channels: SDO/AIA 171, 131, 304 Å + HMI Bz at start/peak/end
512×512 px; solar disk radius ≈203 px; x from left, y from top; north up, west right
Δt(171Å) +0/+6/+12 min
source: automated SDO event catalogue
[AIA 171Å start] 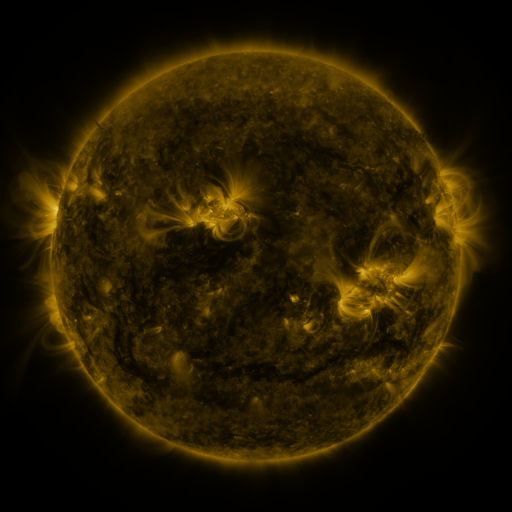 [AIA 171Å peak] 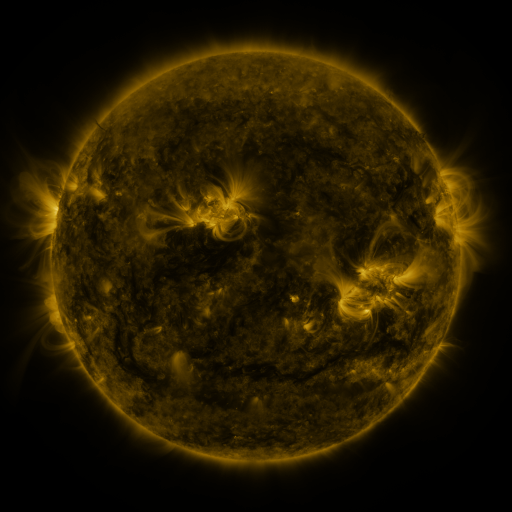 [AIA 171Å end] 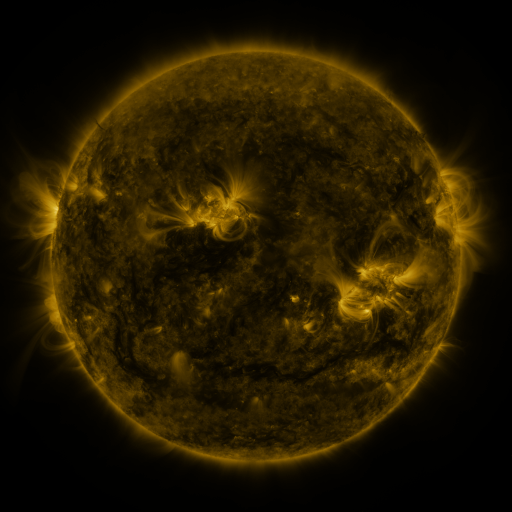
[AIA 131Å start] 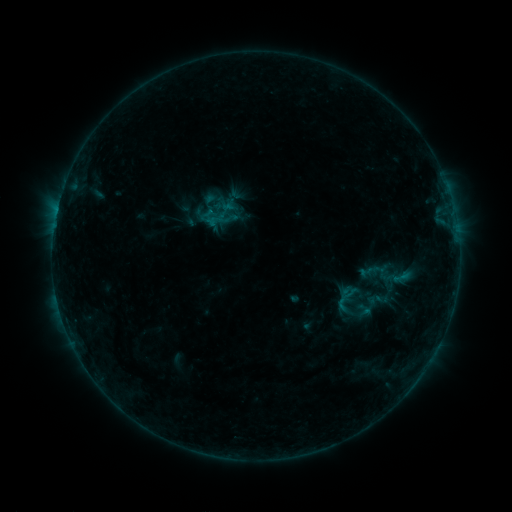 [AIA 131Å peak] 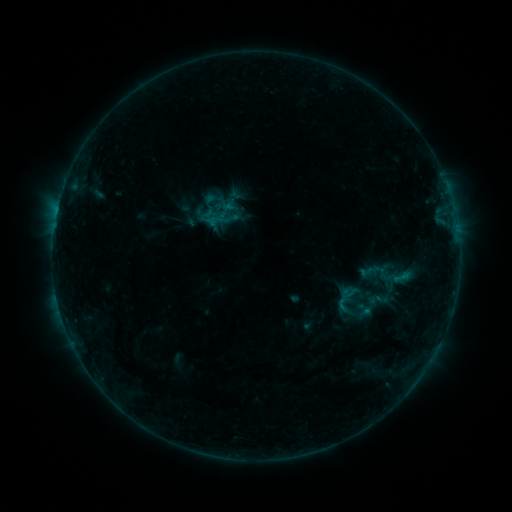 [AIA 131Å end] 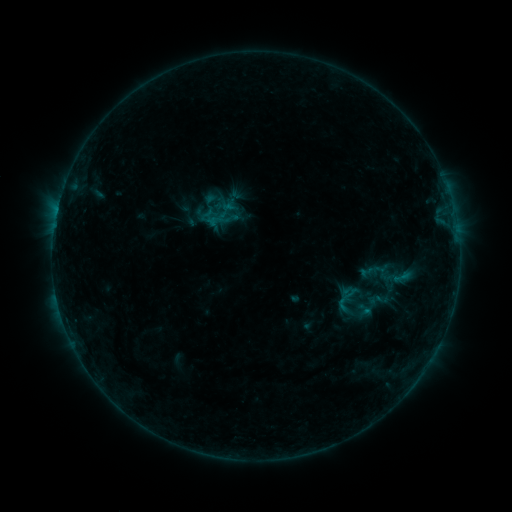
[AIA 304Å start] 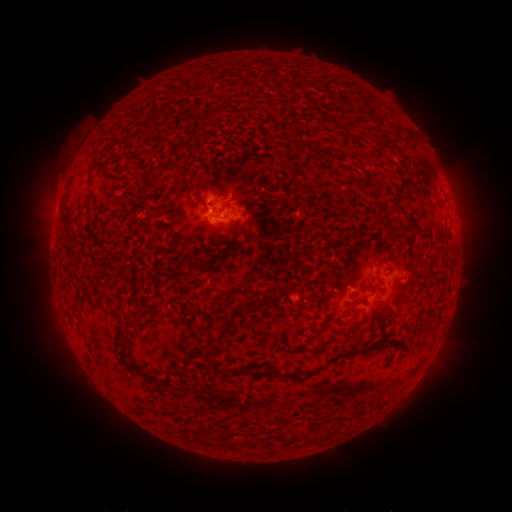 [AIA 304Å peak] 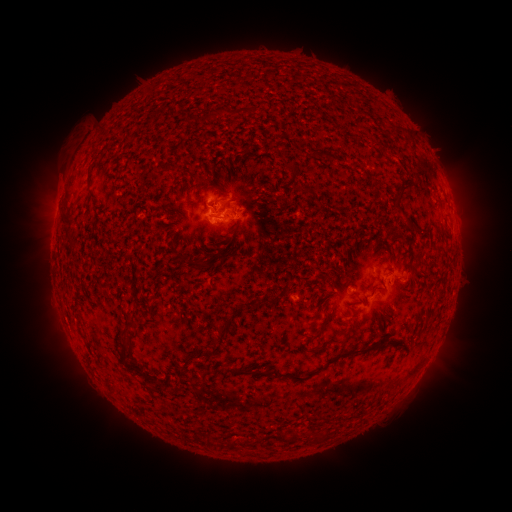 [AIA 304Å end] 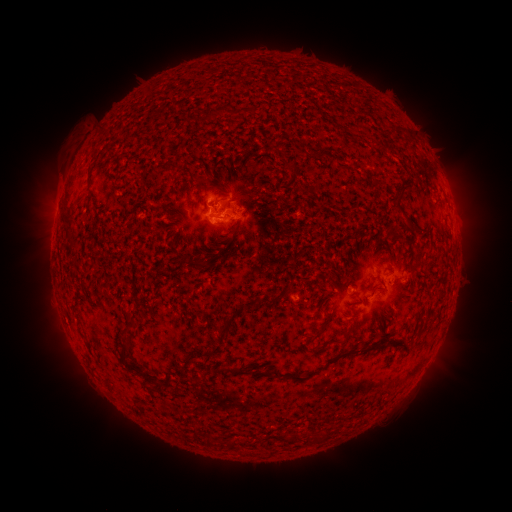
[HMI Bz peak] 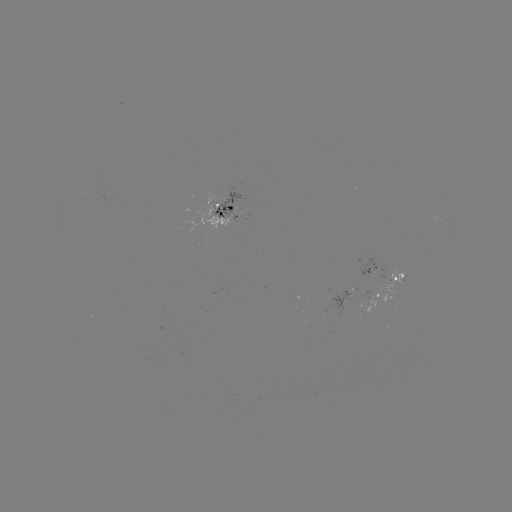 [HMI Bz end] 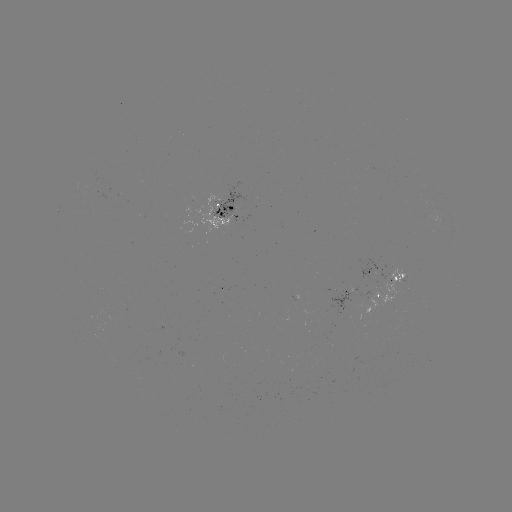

no flare in any classed list; no EUV-trigger detection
